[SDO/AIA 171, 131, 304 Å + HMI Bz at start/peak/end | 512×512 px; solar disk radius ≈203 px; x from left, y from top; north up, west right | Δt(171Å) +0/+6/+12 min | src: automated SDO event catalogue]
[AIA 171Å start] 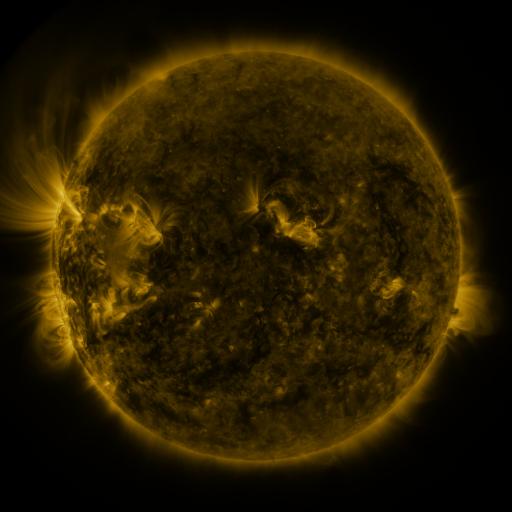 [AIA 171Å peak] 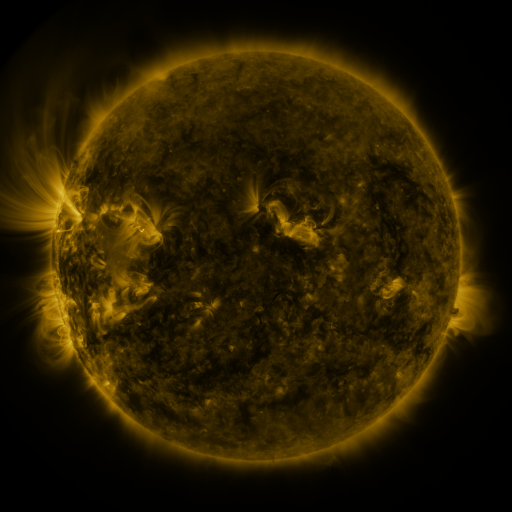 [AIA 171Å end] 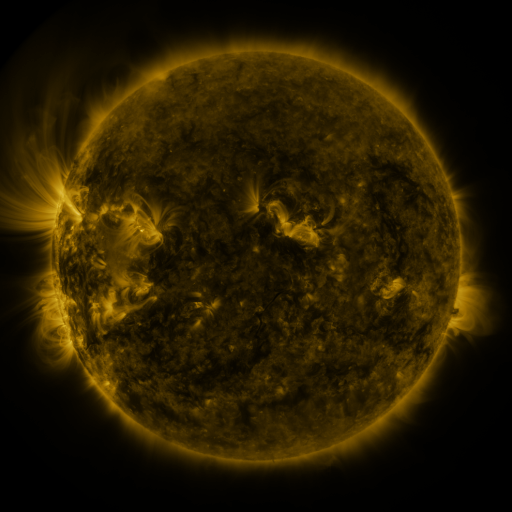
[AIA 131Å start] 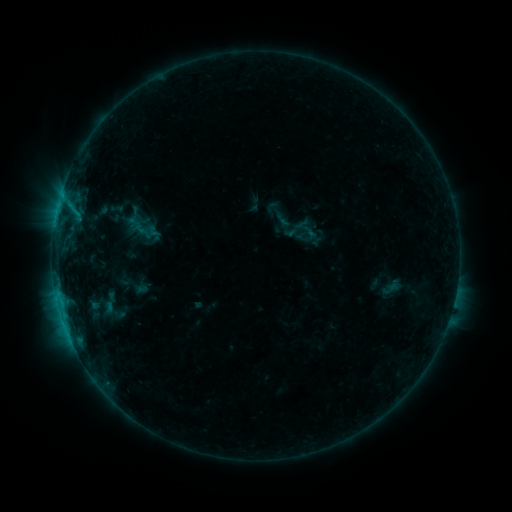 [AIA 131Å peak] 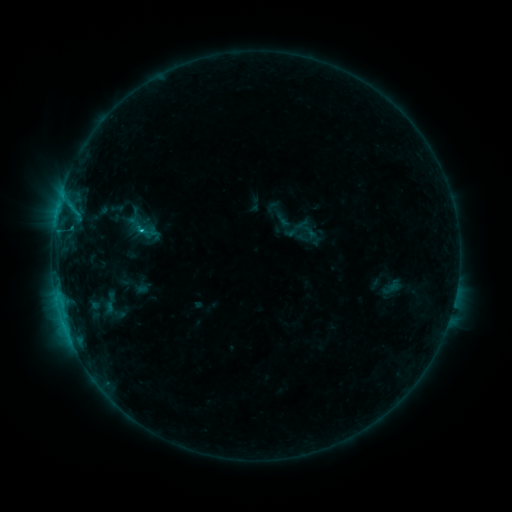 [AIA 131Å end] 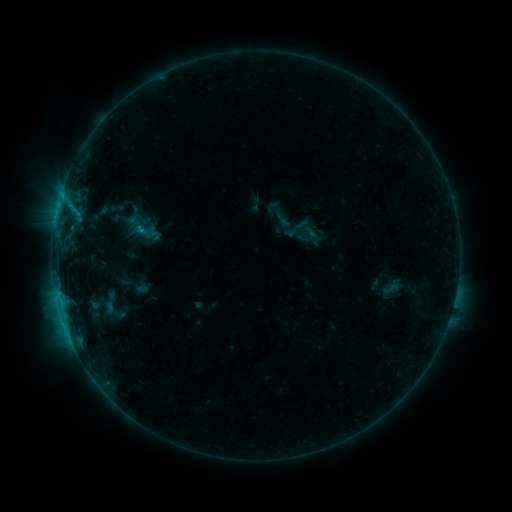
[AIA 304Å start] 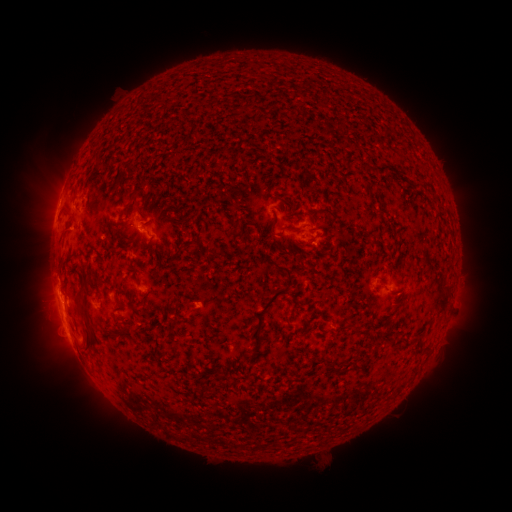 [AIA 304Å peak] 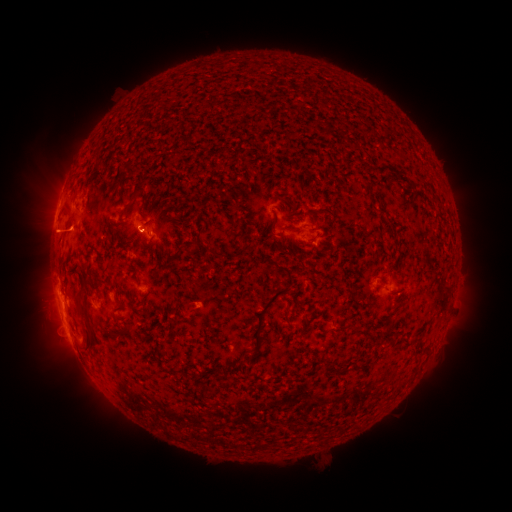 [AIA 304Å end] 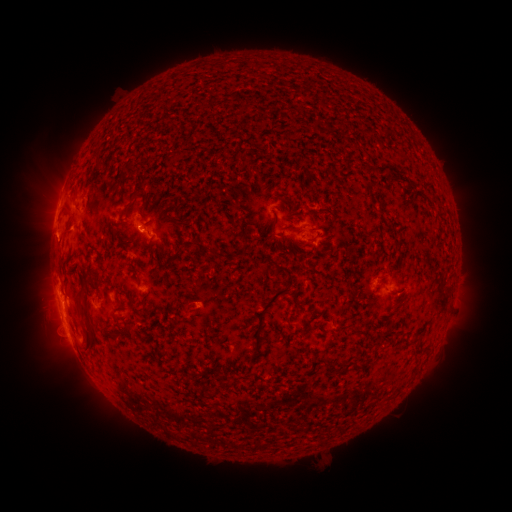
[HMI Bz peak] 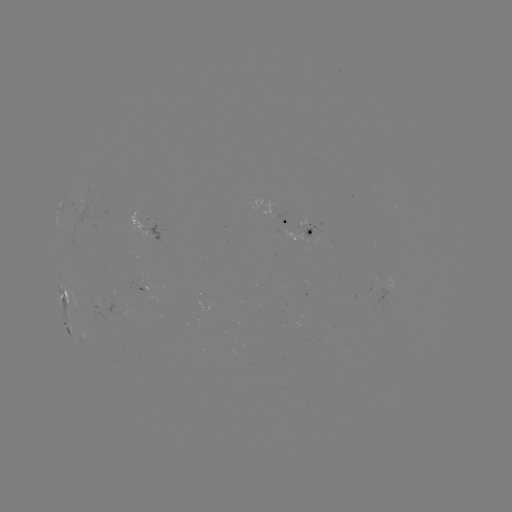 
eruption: <bbox>15, 209, 92, 264</bbox>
